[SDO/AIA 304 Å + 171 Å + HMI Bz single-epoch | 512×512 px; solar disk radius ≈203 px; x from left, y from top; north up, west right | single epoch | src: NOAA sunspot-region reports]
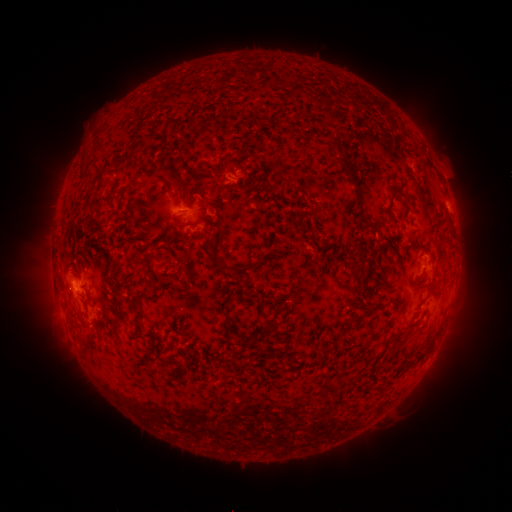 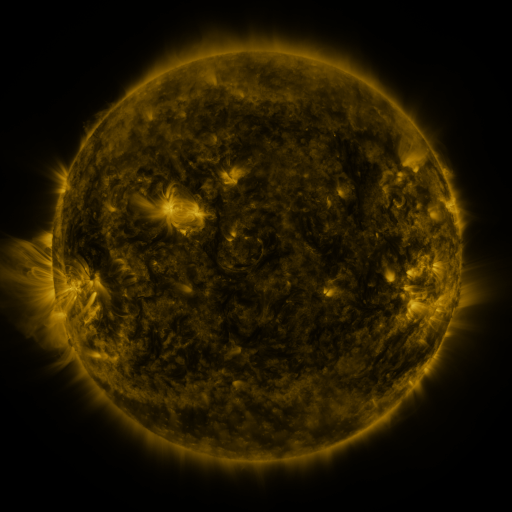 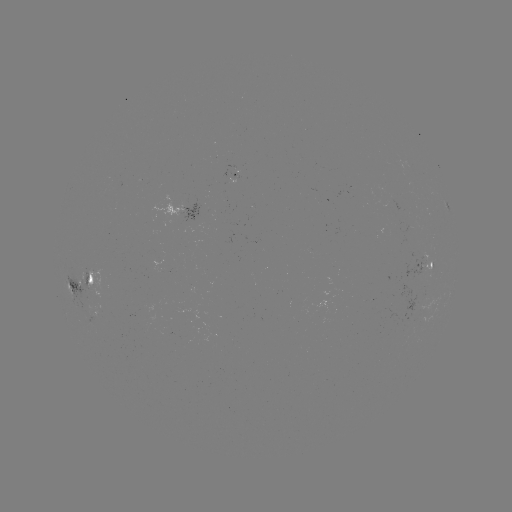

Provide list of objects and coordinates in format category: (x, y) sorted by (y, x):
spotted active region: (235, 175)
spotted active region: (180, 210)
spotted active region: (428, 263)
spotted active region: (82, 281)
spotted active region: (97, 308)
